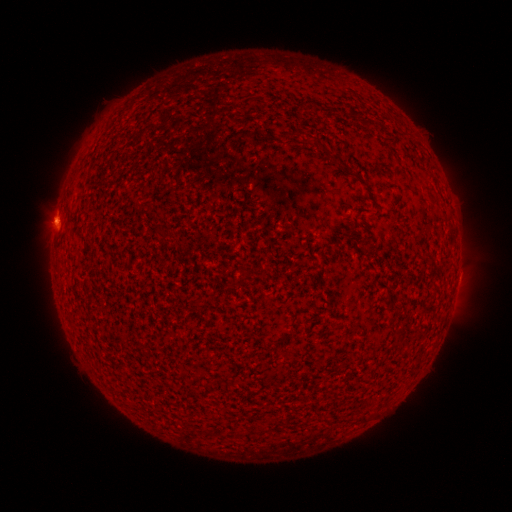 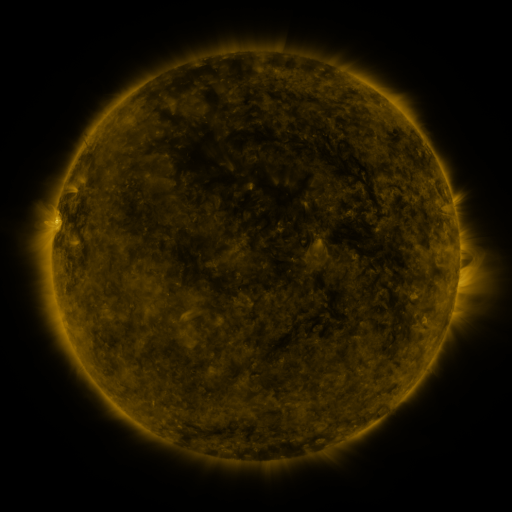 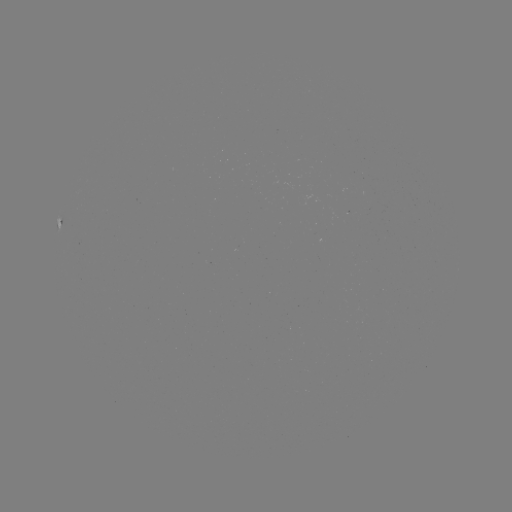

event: filament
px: (241, 434)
